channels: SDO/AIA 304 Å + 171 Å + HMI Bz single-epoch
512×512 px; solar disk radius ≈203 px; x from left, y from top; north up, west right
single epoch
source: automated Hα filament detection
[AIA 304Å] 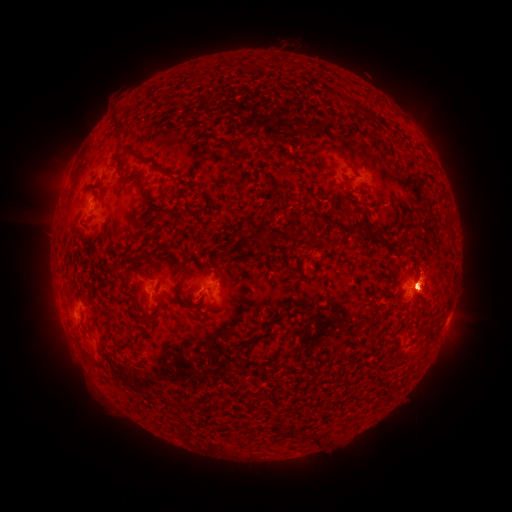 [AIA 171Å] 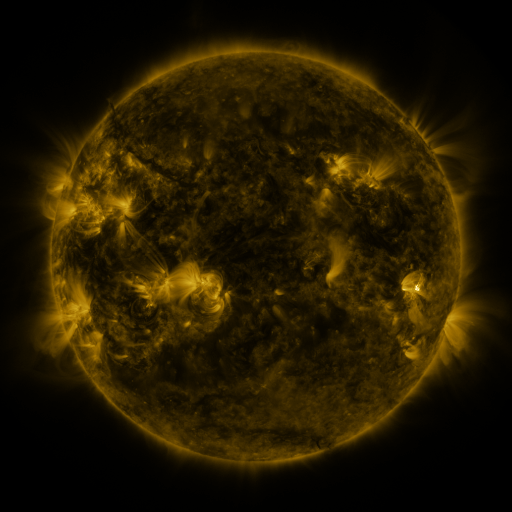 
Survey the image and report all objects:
filament: [363, 107, 373, 118]
filament: [220, 138, 234, 150]
filament: [312, 147, 321, 159]
filament: [232, 149, 246, 161]
filament: [146, 156, 173, 176]
filament: [139, 182, 150, 205]
filament: [157, 208, 178, 216]
filament: [262, 233, 275, 244]
filament: [140, 251, 151, 260]
filament: [125, 267, 146, 276]
filament: [174, 283, 181, 301]
filament: [130, 314, 155, 323]
filament: [252, 332, 262, 340]
filament: [234, 361, 242, 369]
